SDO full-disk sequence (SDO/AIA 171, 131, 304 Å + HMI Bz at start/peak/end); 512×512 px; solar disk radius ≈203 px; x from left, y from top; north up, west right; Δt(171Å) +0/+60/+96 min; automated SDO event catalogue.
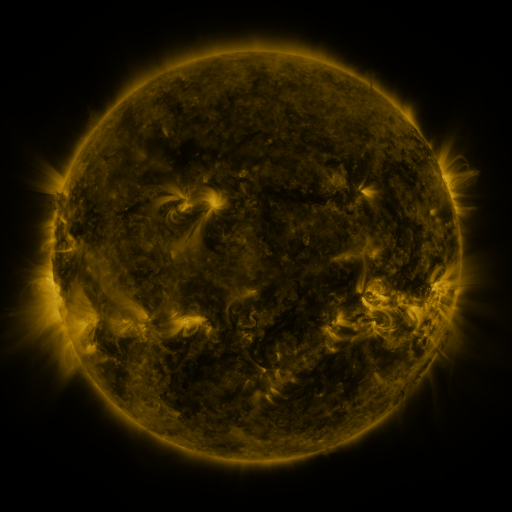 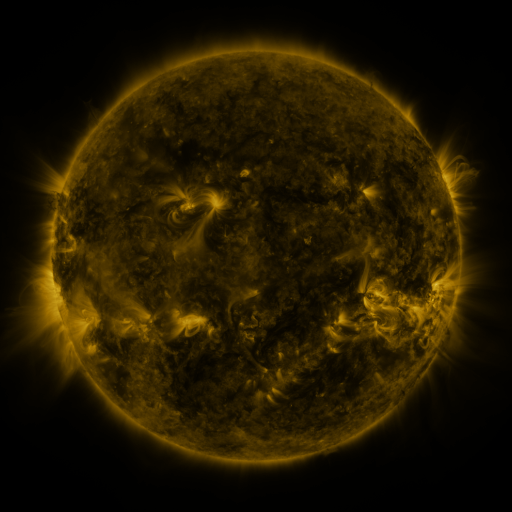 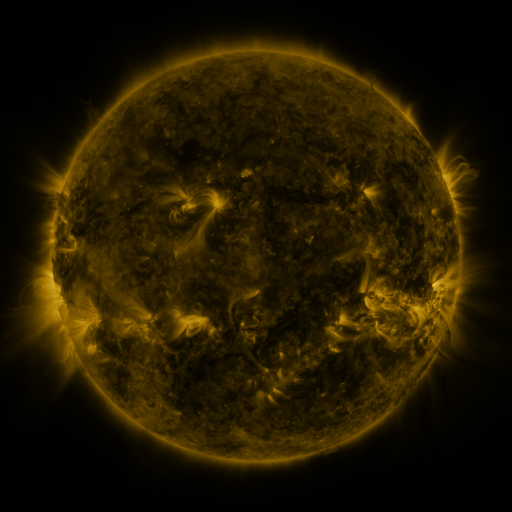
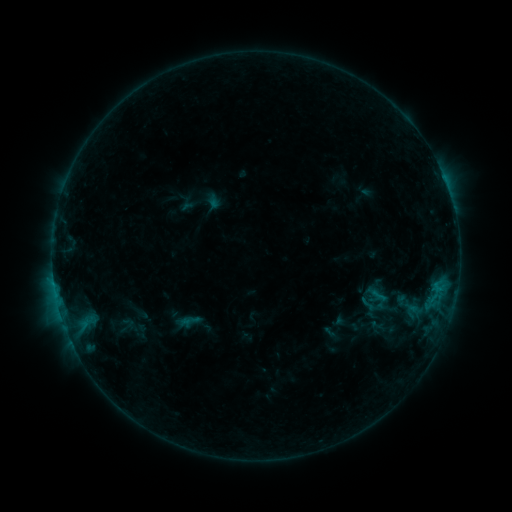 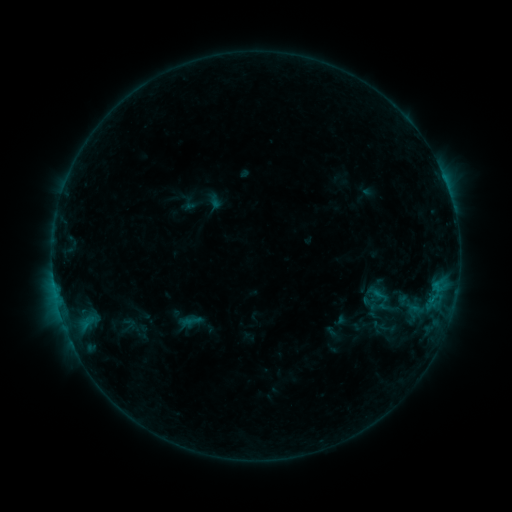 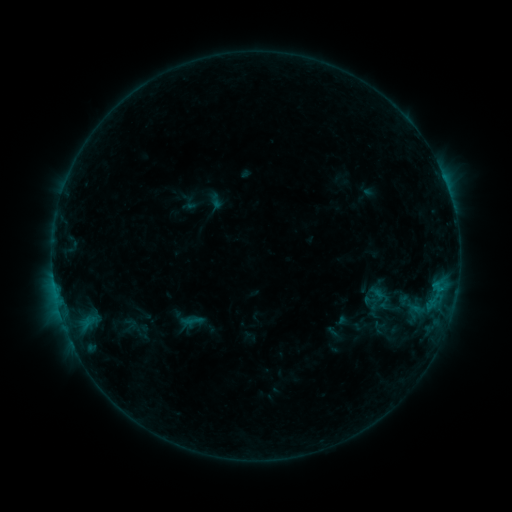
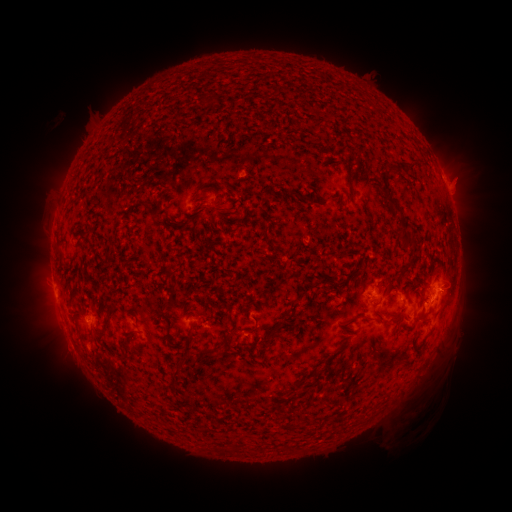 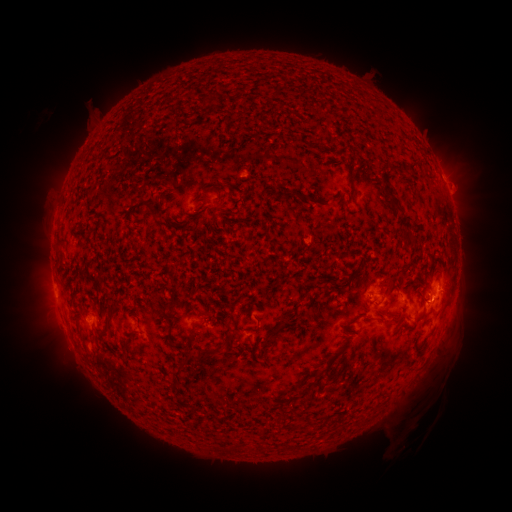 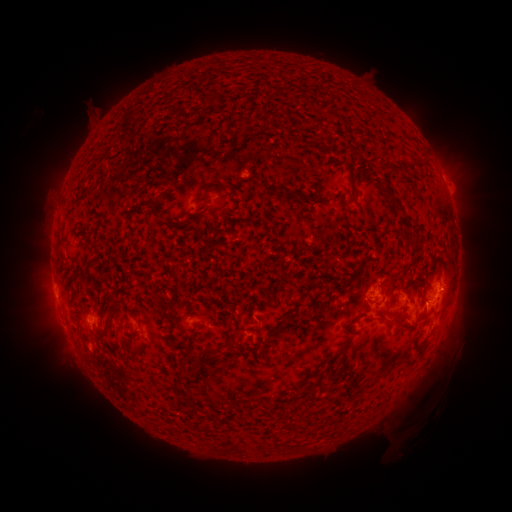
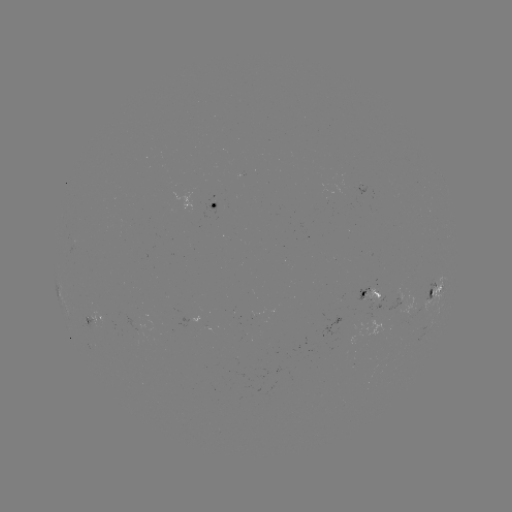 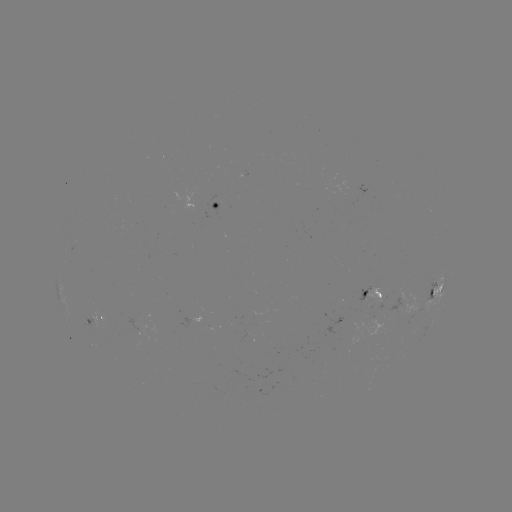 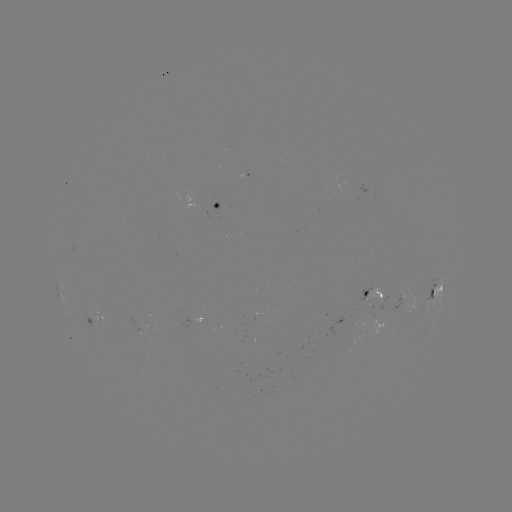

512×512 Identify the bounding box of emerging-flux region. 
[350, 182, 370, 194].